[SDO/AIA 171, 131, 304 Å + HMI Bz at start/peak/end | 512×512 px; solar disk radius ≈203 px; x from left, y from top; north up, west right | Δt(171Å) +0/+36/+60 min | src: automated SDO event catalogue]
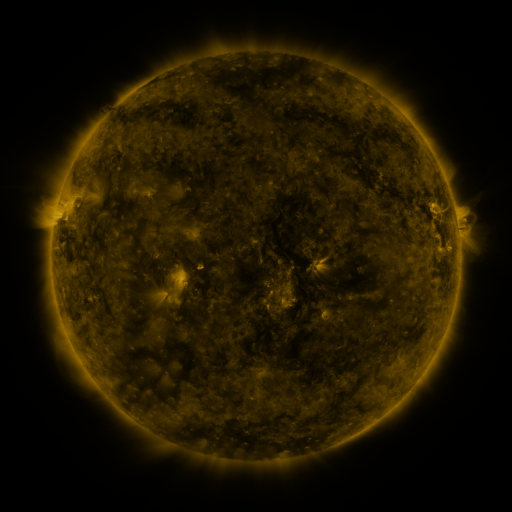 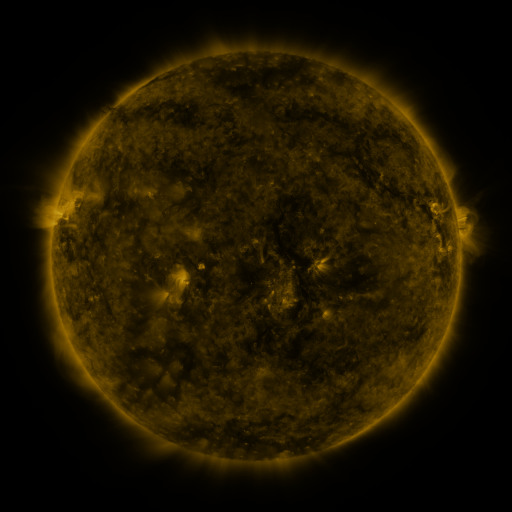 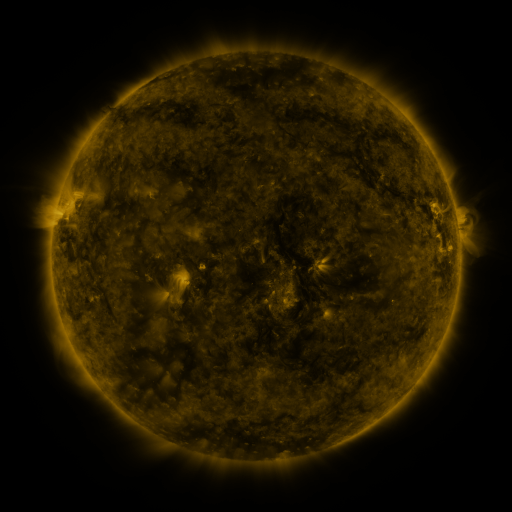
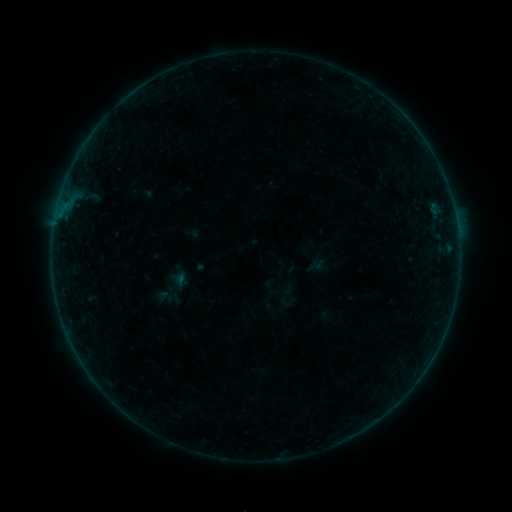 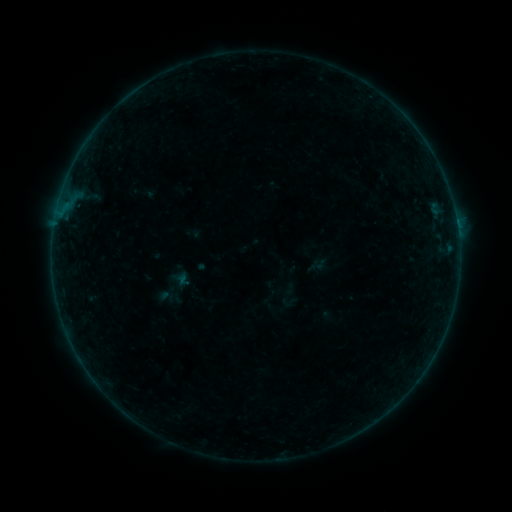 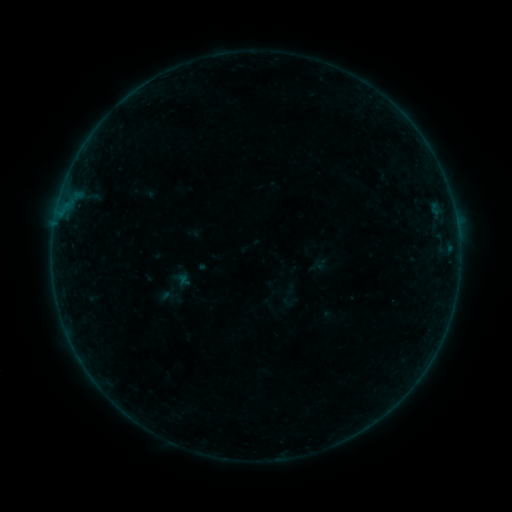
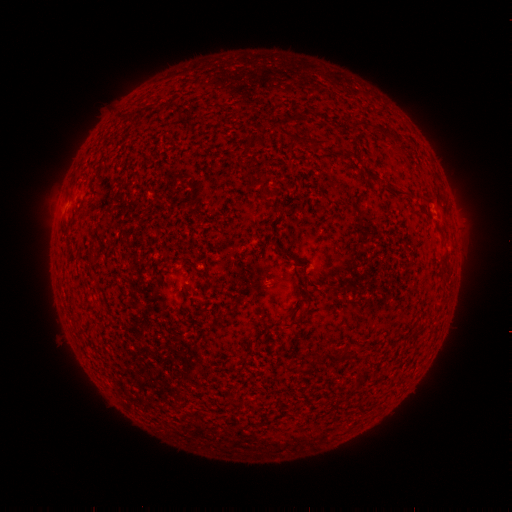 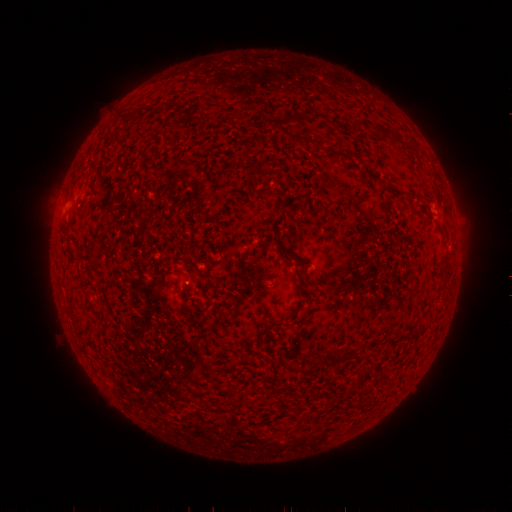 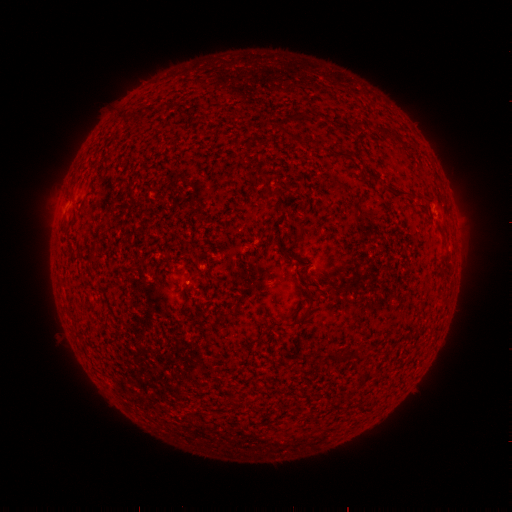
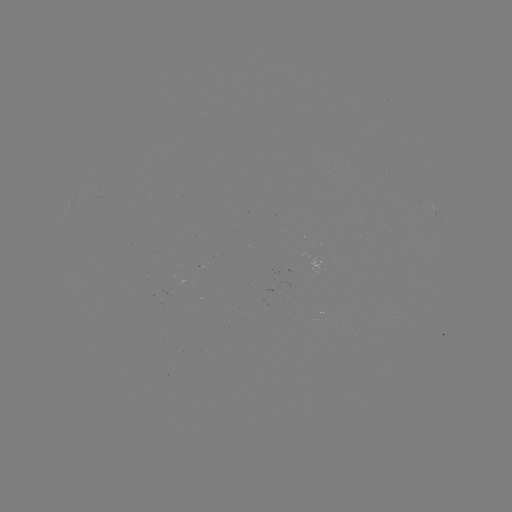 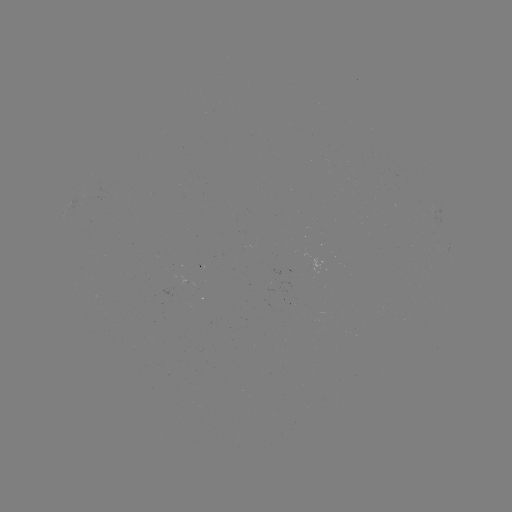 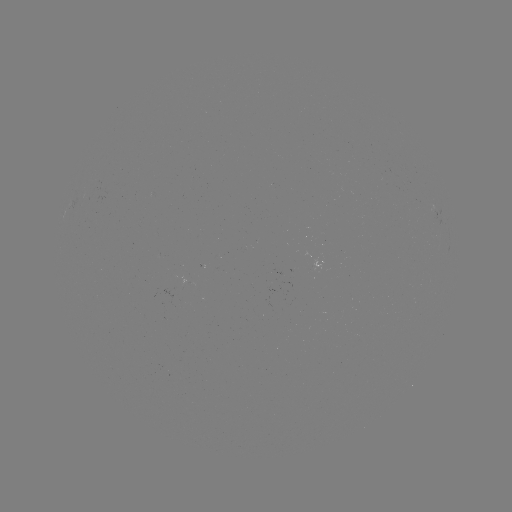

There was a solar flare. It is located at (457, 227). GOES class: B1.8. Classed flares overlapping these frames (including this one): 1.